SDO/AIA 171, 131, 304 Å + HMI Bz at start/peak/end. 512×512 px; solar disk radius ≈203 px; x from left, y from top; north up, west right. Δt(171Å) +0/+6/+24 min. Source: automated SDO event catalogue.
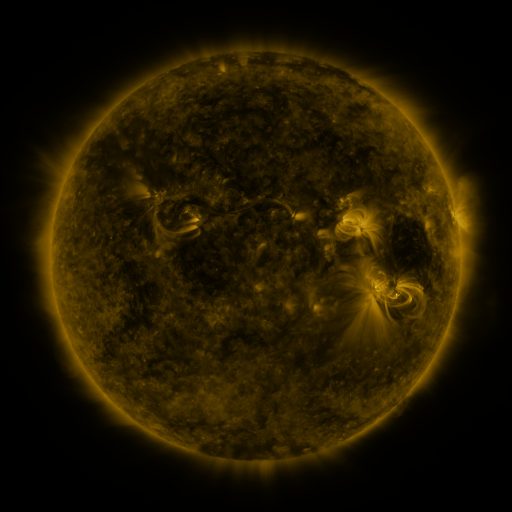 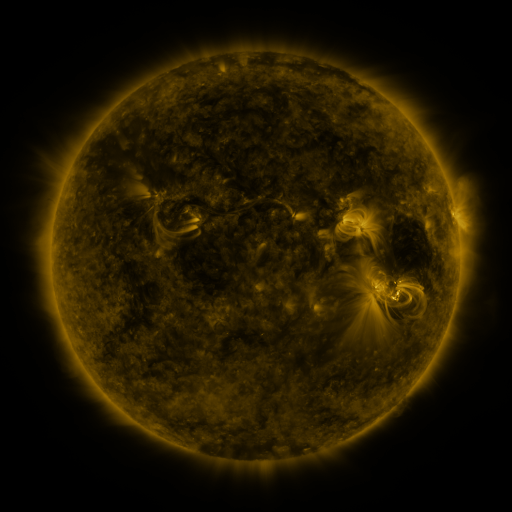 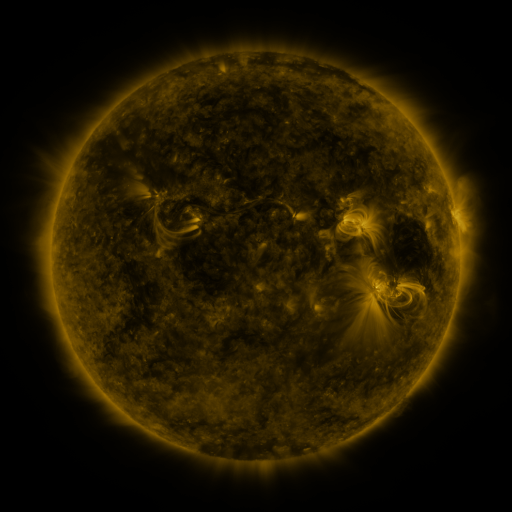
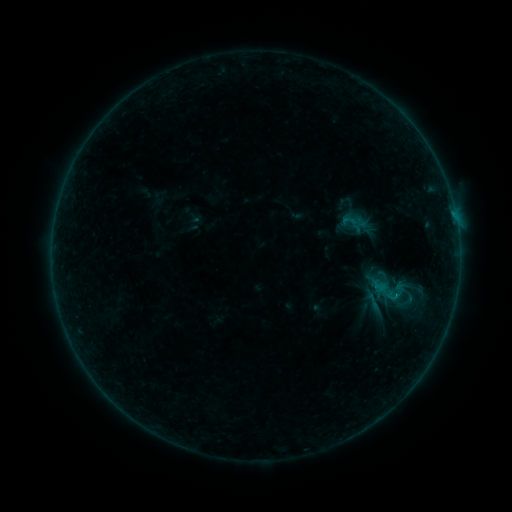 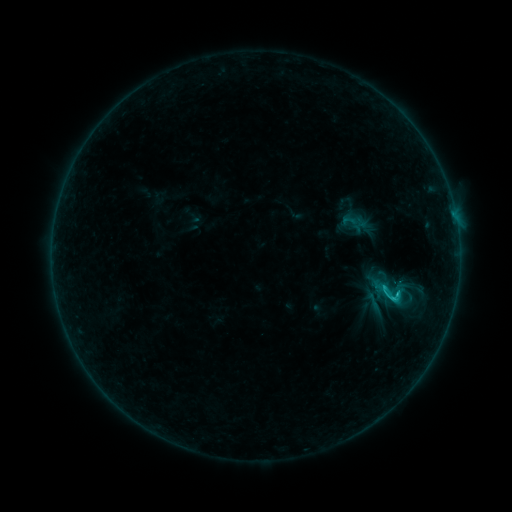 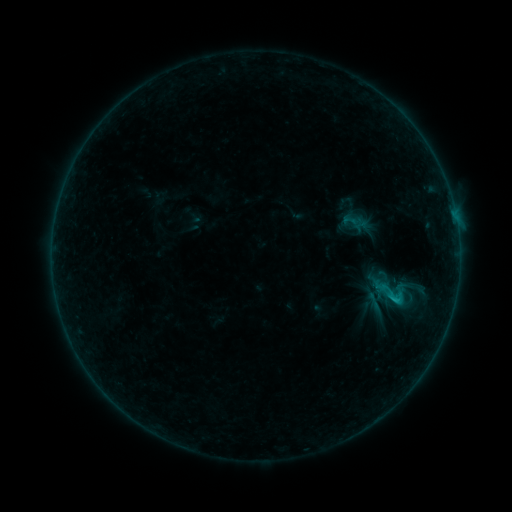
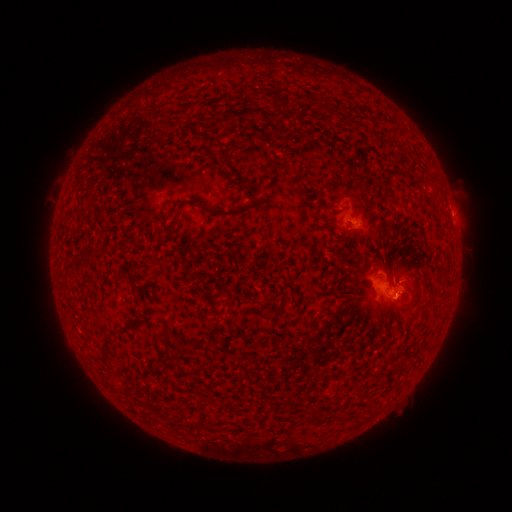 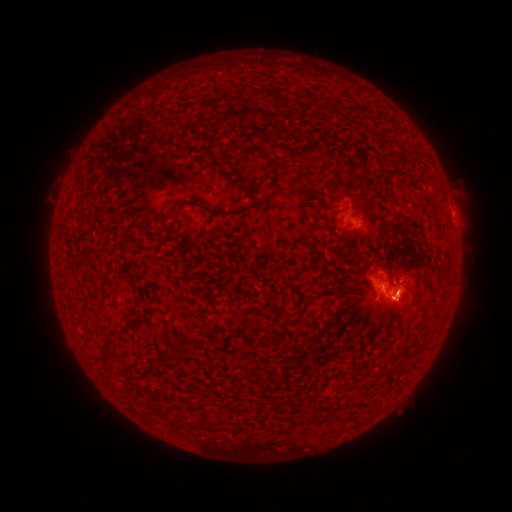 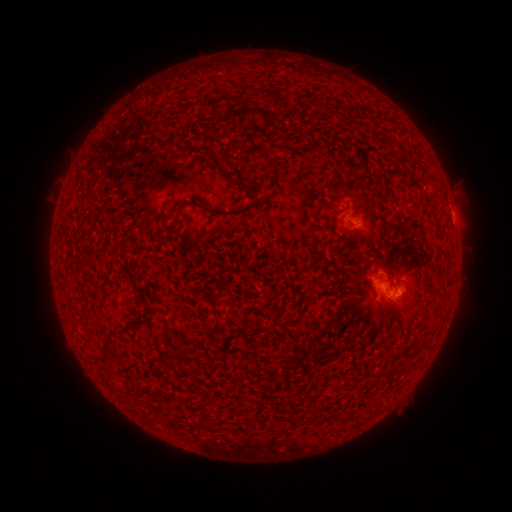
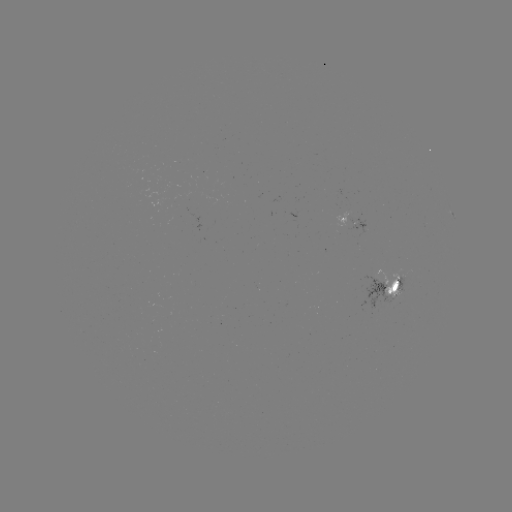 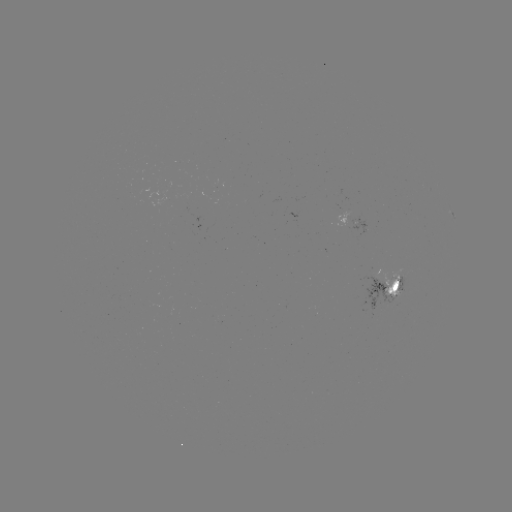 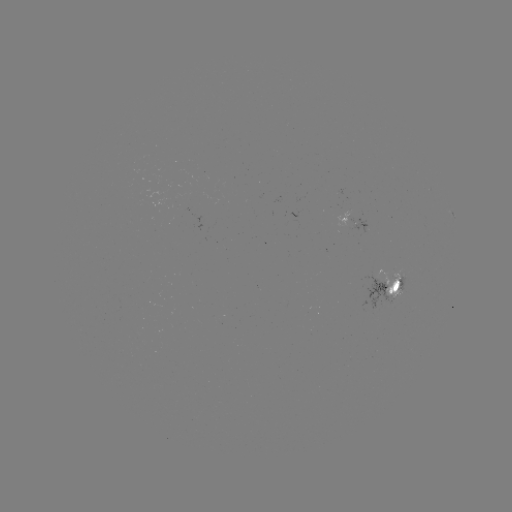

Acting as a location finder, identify C1.4 flare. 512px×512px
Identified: (396, 291).